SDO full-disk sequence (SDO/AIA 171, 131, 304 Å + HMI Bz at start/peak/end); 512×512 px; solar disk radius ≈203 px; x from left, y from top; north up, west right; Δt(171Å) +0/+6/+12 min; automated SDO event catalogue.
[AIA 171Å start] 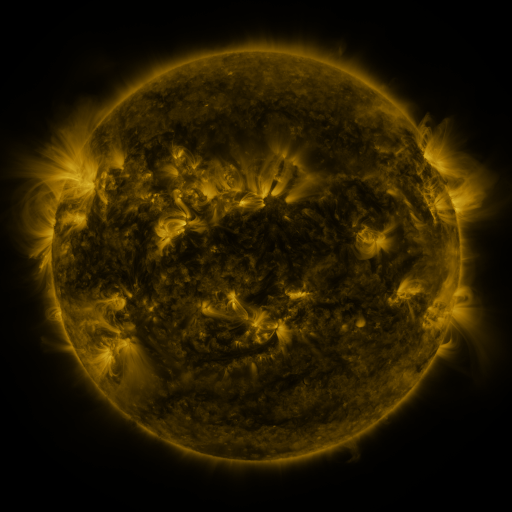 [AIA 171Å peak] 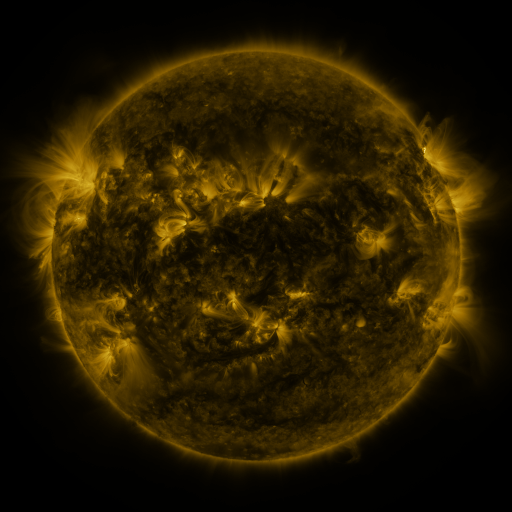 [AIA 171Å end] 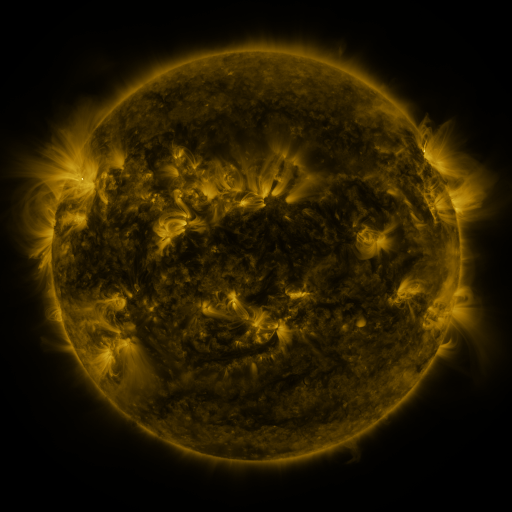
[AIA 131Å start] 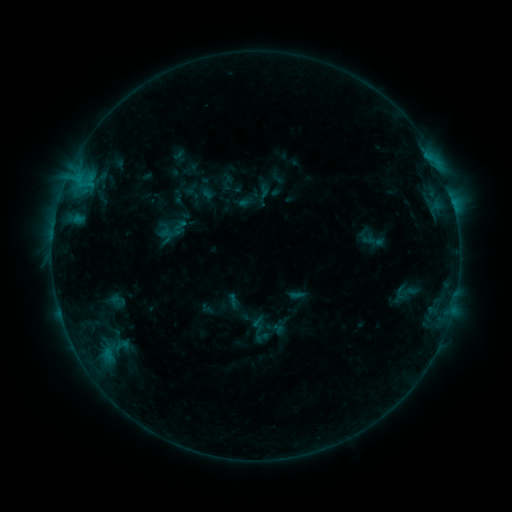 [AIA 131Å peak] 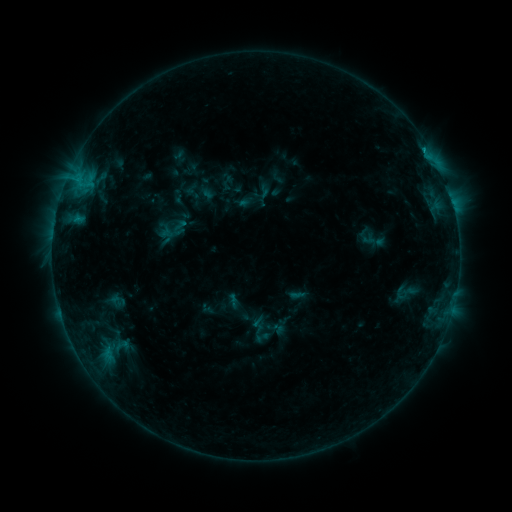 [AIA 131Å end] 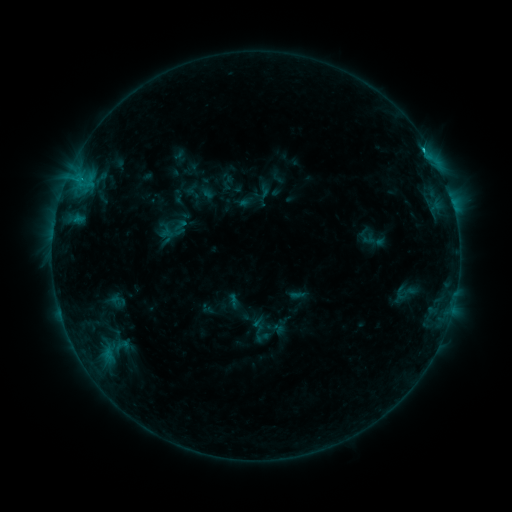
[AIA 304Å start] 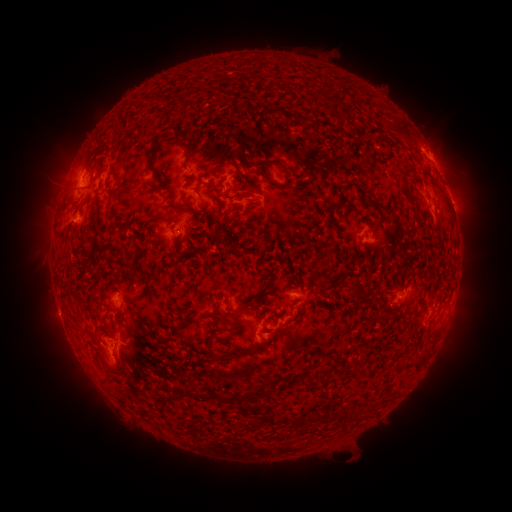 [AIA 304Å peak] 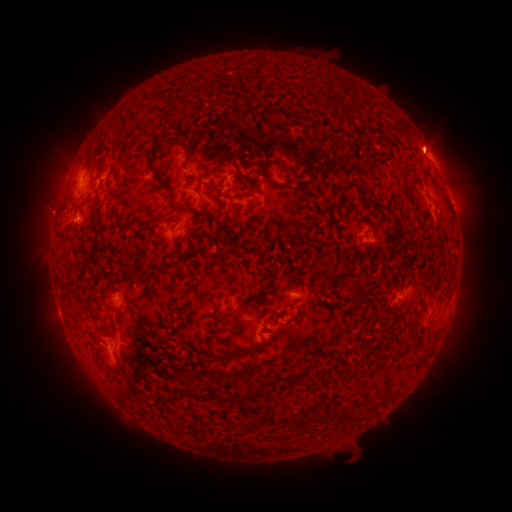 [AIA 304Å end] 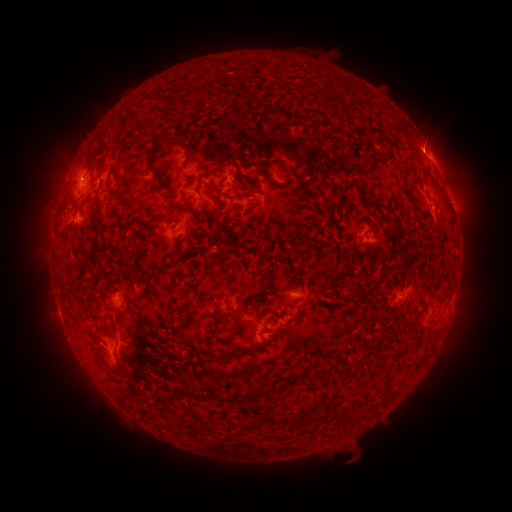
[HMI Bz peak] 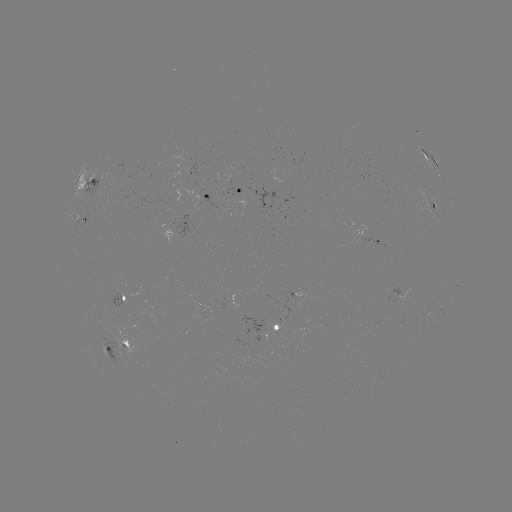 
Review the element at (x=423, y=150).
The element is C1.0 flare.